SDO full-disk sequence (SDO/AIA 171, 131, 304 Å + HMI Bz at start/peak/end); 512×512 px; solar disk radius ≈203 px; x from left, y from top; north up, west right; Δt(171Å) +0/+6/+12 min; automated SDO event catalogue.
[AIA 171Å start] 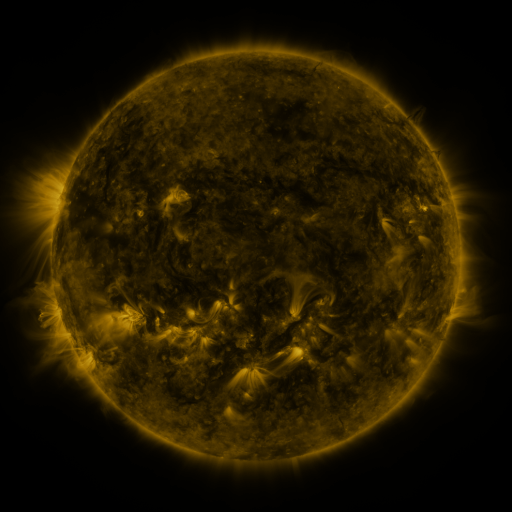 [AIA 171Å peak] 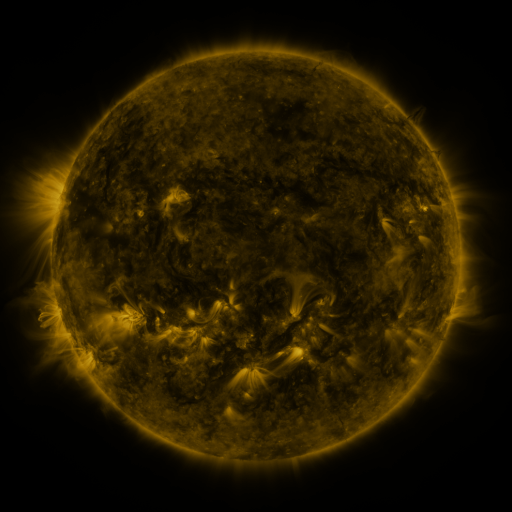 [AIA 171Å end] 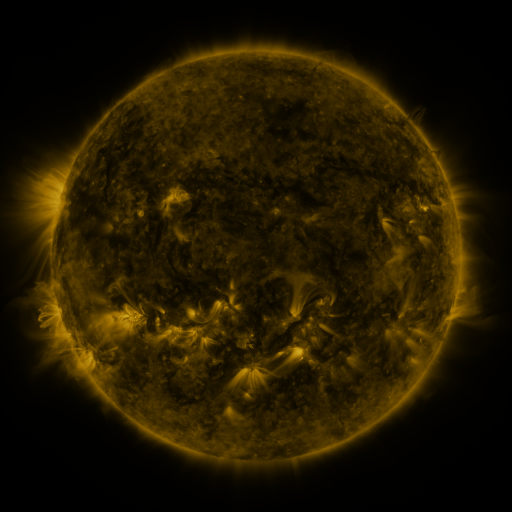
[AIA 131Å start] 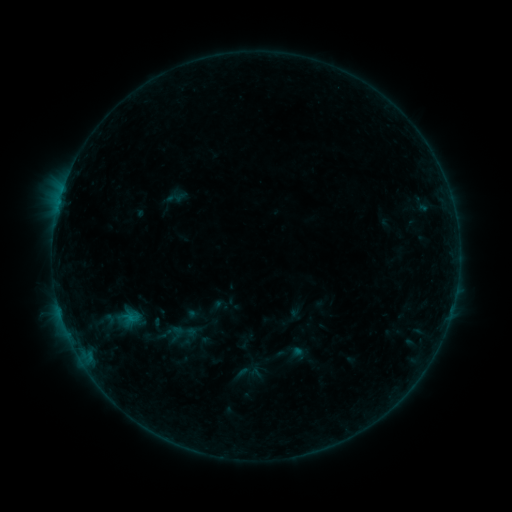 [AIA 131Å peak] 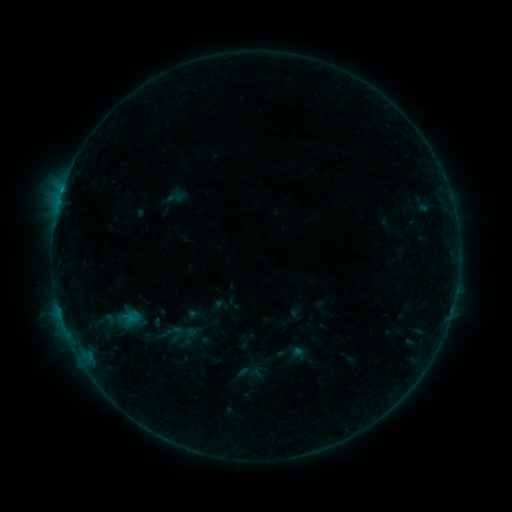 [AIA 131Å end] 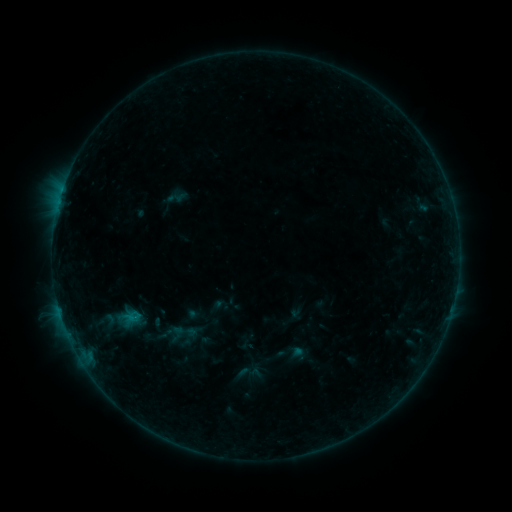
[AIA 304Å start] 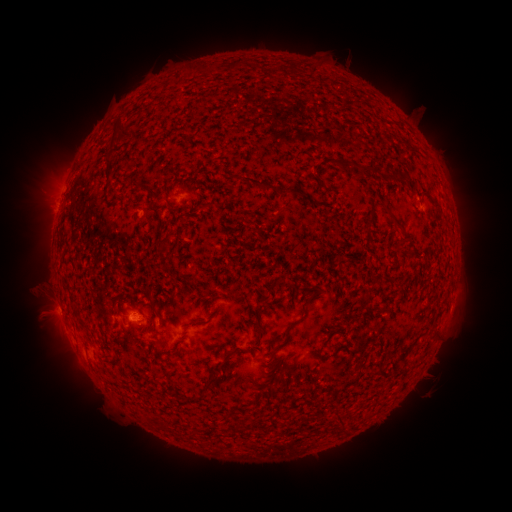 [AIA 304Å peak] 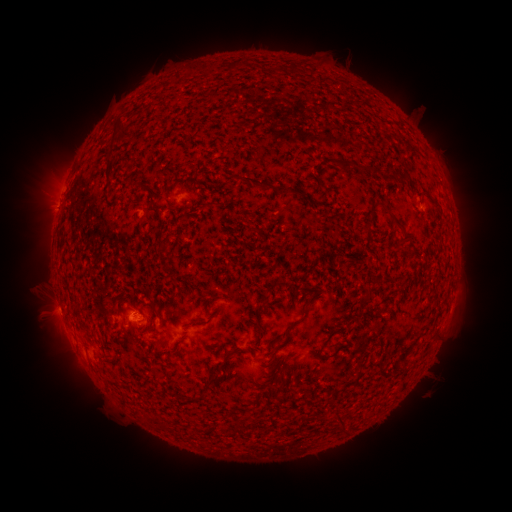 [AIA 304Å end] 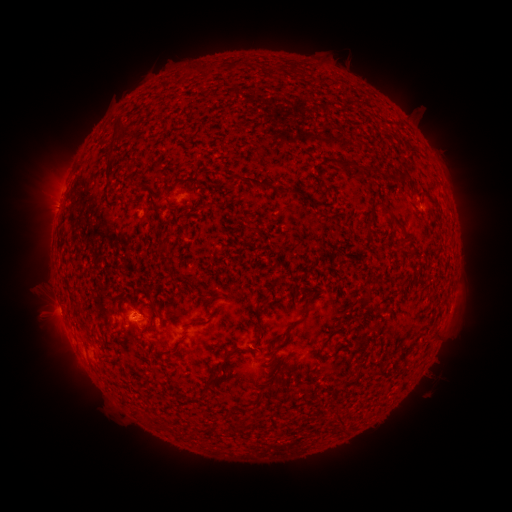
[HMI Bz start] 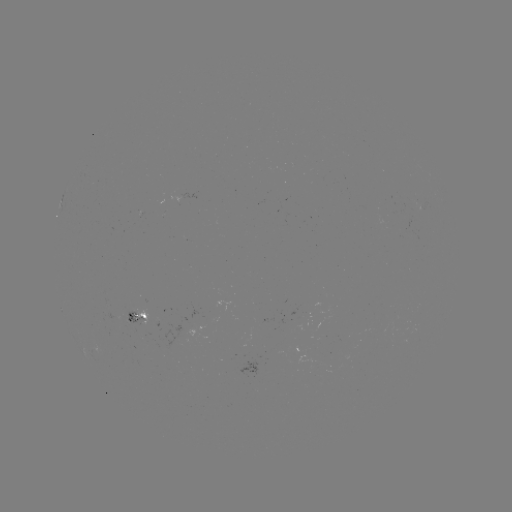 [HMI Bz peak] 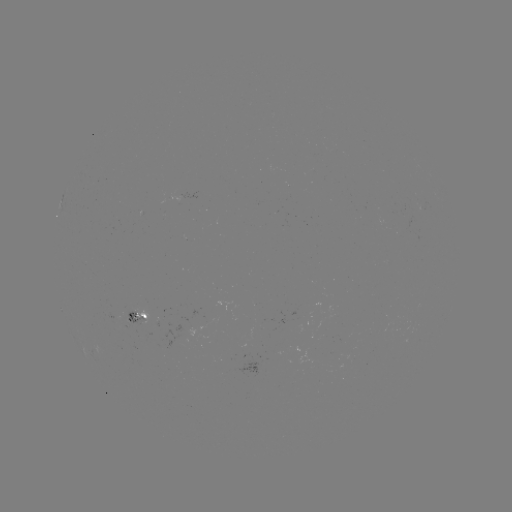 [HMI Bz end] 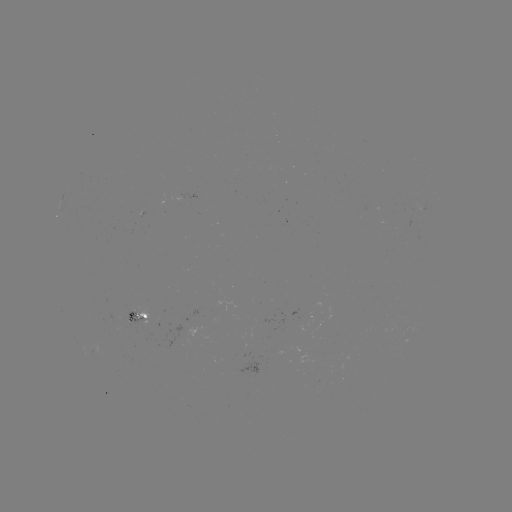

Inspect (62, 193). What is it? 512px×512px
B4.1 flare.